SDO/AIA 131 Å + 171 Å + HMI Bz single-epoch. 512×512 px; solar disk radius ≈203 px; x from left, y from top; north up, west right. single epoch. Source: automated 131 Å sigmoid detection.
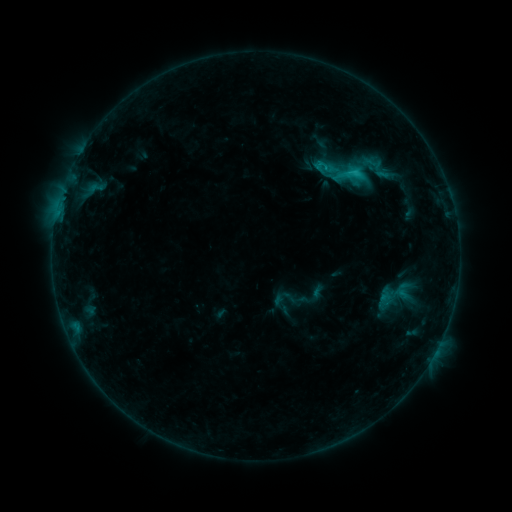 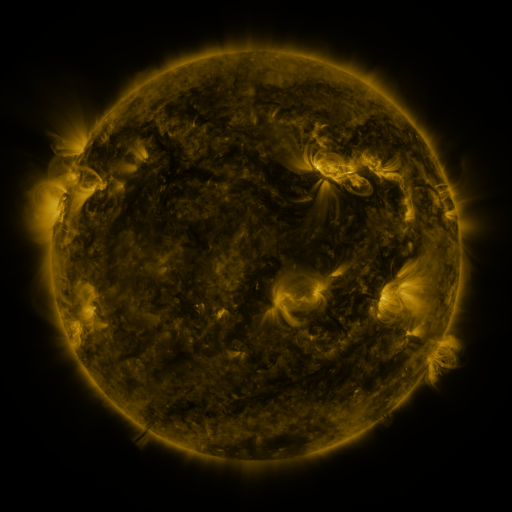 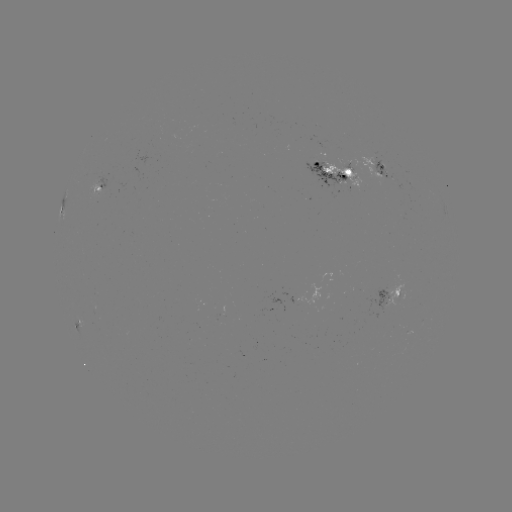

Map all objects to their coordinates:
sigmoid: [305, 138, 387, 208]
sigmoid: [356, 150, 390, 177]
